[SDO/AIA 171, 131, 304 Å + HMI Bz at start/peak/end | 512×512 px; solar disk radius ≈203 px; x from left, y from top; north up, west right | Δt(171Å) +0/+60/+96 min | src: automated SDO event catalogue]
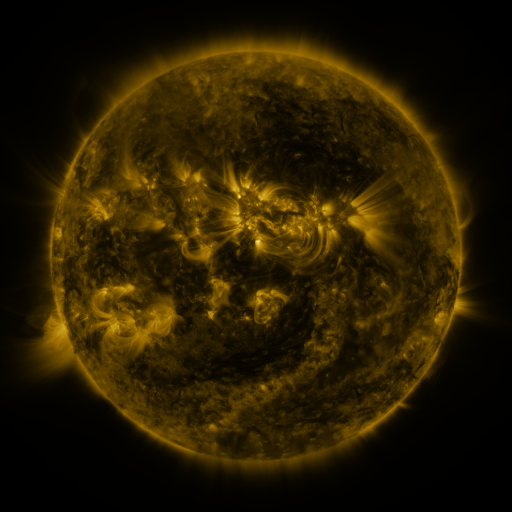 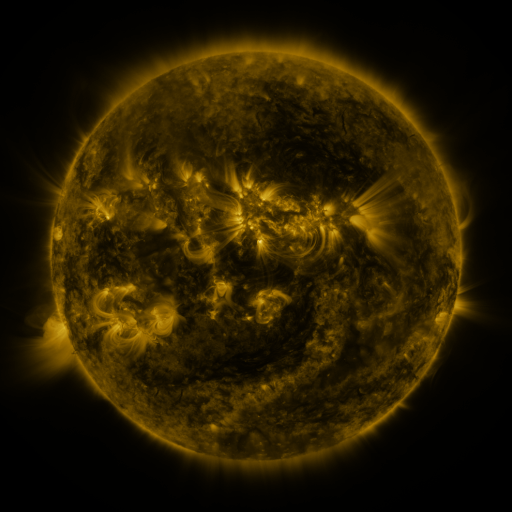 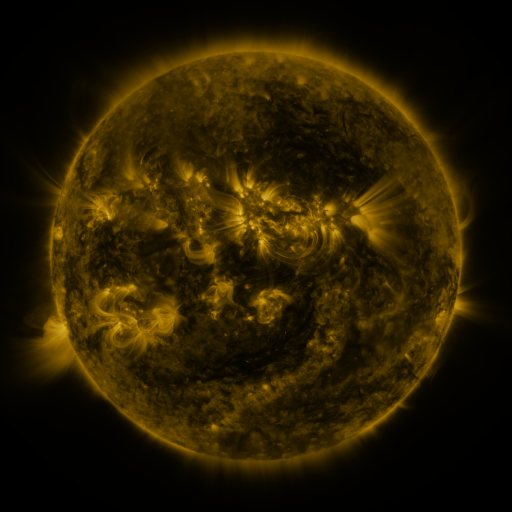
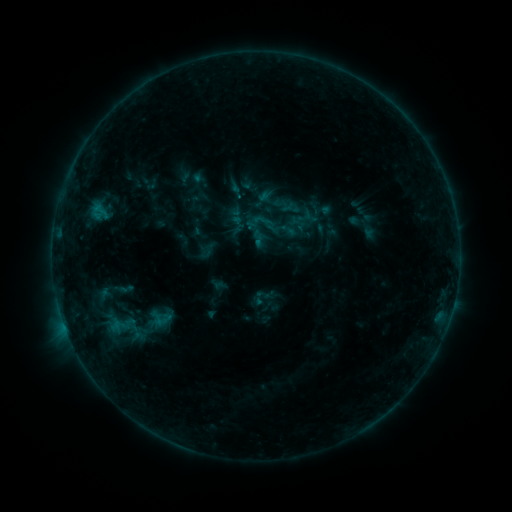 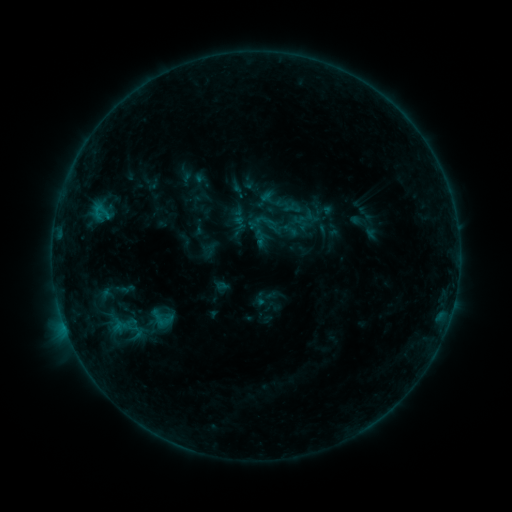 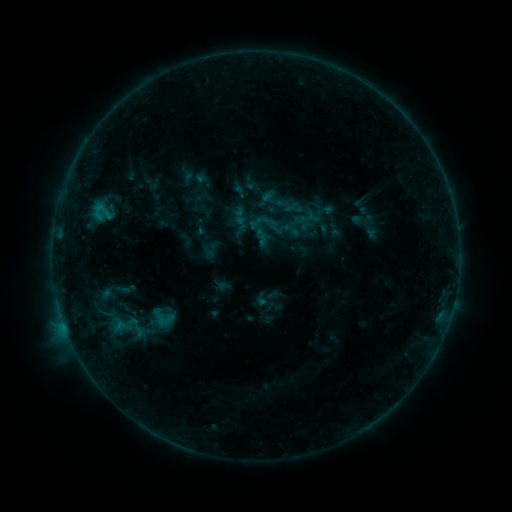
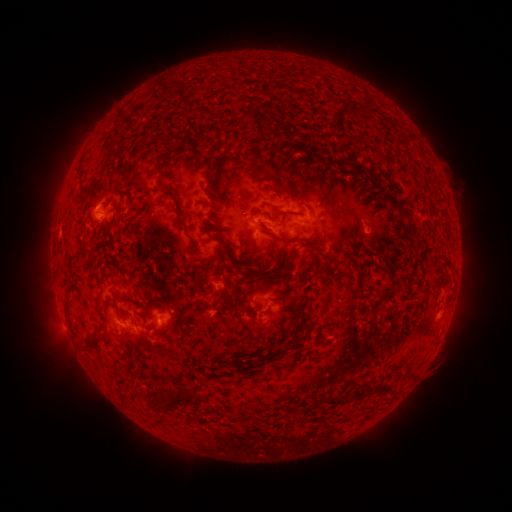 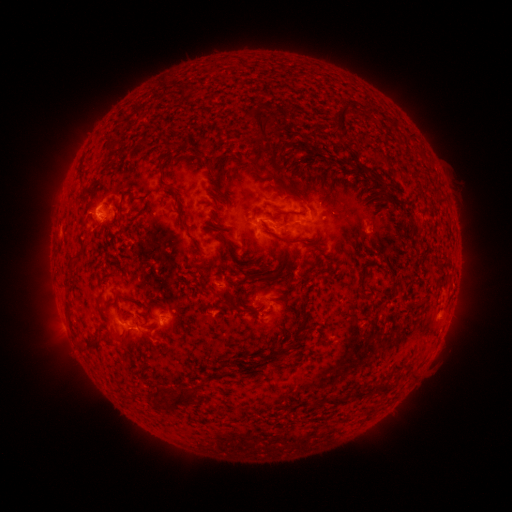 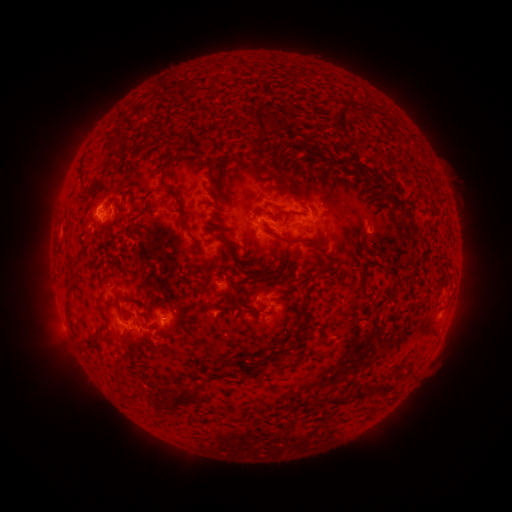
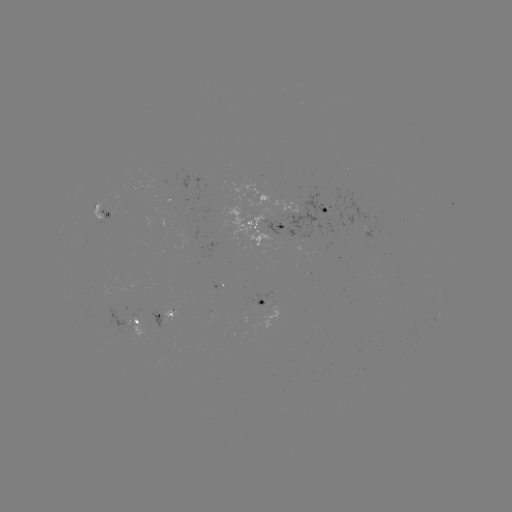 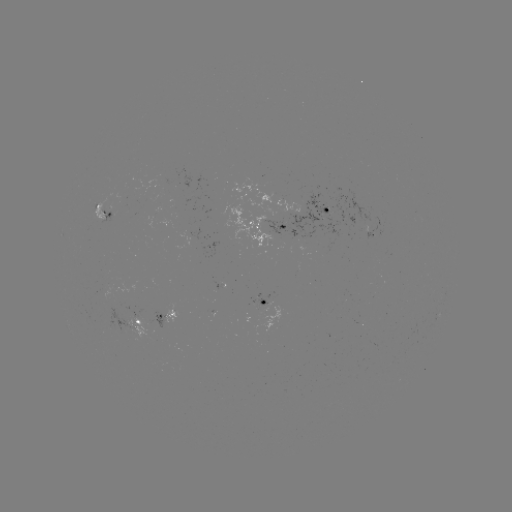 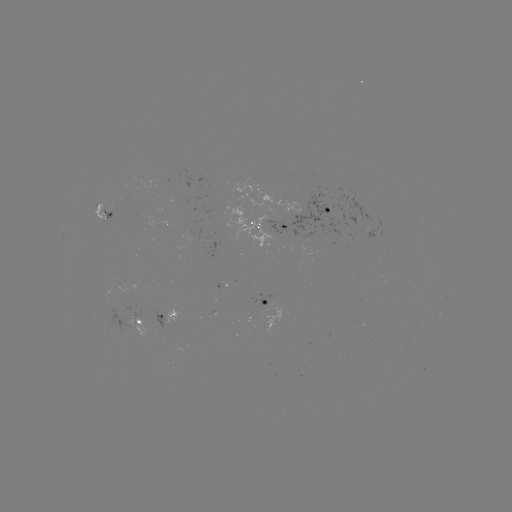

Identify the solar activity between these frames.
emerging-flux region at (152, 216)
